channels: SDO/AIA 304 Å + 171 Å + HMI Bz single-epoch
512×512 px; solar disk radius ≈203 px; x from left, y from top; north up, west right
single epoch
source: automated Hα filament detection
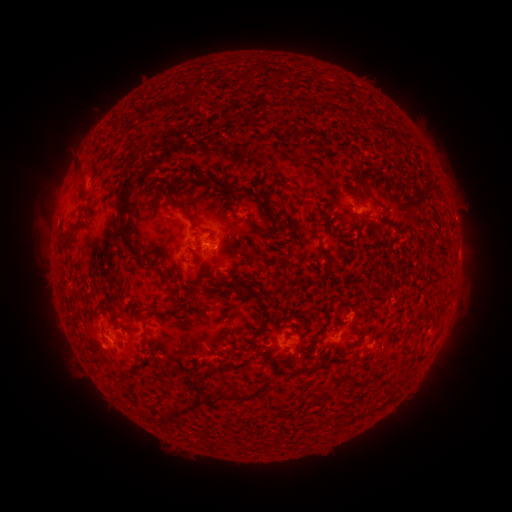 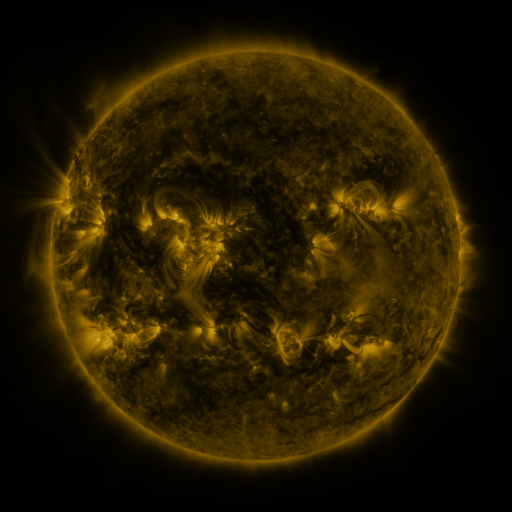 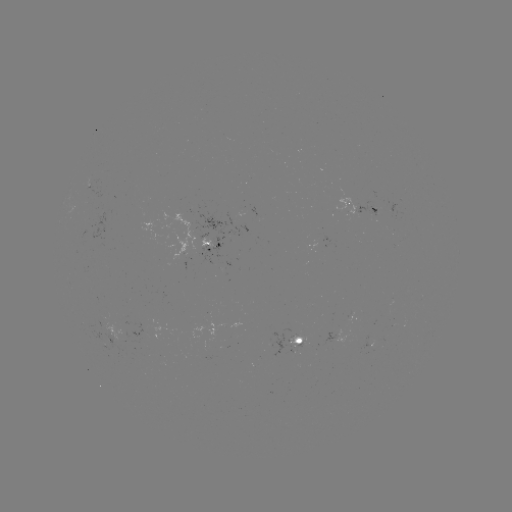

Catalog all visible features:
filament: <bbox>183, 91, 194, 106</bbox>
filament: <bbox>143, 100, 170, 119</bbox>
filament: <bbox>231, 113, 248, 123</bbox>
filament: <bbox>126, 141, 139, 153</bbox>
filament: <bbox>128, 153, 139, 164</bbox>
filament: <bbox>74, 167, 89, 185</bbox>
filament: <bbox>115, 170, 148, 262</bbox>
filament: <bbox>238, 185, 251, 195</bbox>
filament: <bbox>265, 205, 275, 219</bbox>
filament: <bbox>180, 209, 197, 229</bbox>
filament: <bbox>360, 213, 373, 222</bbox>
filament: <bbox>60, 225, 80, 244</bbox>
filament: <bbox>316, 236, 329, 254</bbox>
filament: <bbox>164, 278, 173, 291</bbox>
filament: <bbox>218, 279, 236, 287</bbox>
filament: <bbox>277, 280, 285, 291</bbox>
filament: <bbox>109, 302, 121, 327</bbox>
filament: <bbox>315, 325, 327, 338</bbox>
filament: <bbox>353, 328, 368, 345</bbox>
filament: <bbox>302, 343, 313, 349</bbox>
filament: <bbox>289, 357, 296, 367</bbox>
filament: <bbox>318, 359, 330, 368</bbox>
filament: <bbox>302, 367, 313, 374</bbox>
filament: <bbox>396, 372, 408, 384</bbox>
filament: <bbox>217, 377, 273, 401</bbox>
filament: <bbox>151, 398, 207, 425</bbox>
